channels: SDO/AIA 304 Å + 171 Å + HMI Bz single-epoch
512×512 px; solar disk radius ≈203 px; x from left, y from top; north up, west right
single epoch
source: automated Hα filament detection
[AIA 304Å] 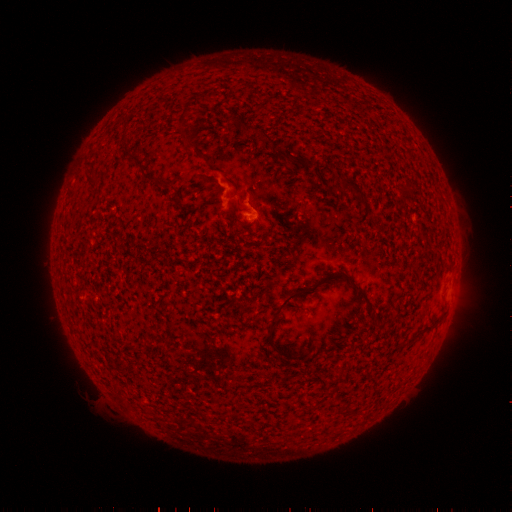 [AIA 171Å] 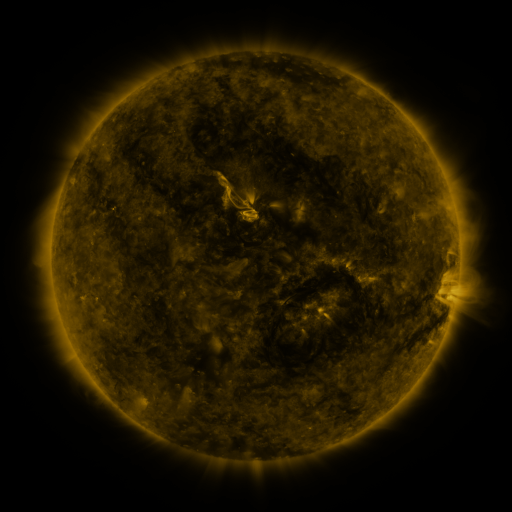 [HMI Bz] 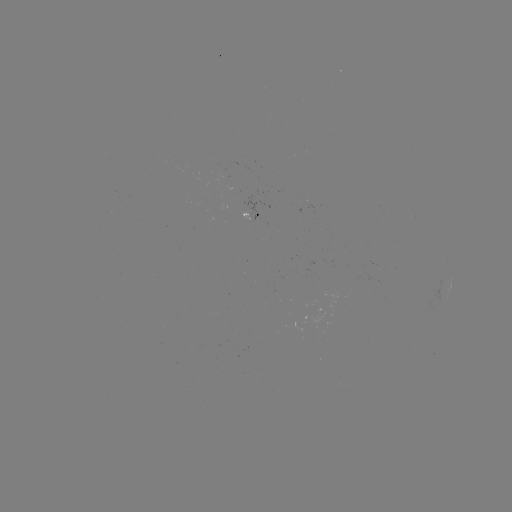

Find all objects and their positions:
filament: (263, 136)
filament: (92, 176)
filament: (150, 176)
filament: (356, 189)
filament: (177, 200)
filament: (302, 292)
filament: (363, 296)
filament: (273, 346)
filament: (288, 356)
